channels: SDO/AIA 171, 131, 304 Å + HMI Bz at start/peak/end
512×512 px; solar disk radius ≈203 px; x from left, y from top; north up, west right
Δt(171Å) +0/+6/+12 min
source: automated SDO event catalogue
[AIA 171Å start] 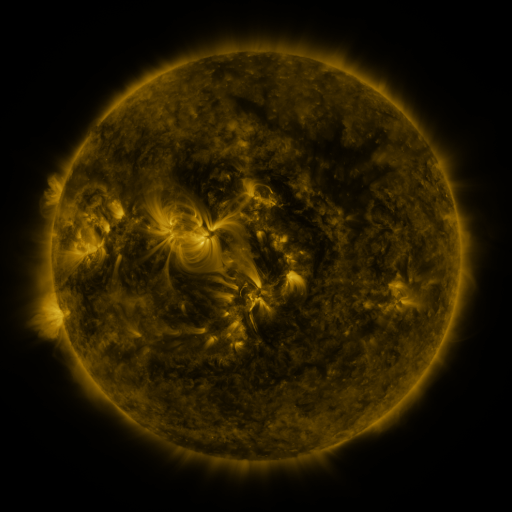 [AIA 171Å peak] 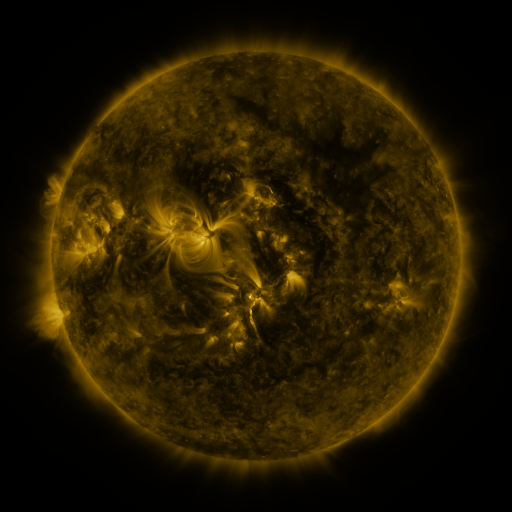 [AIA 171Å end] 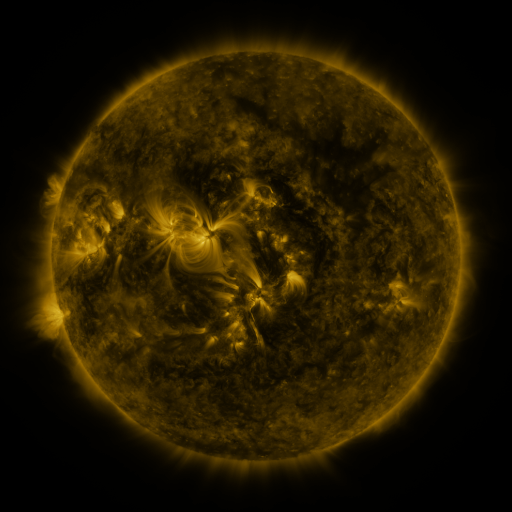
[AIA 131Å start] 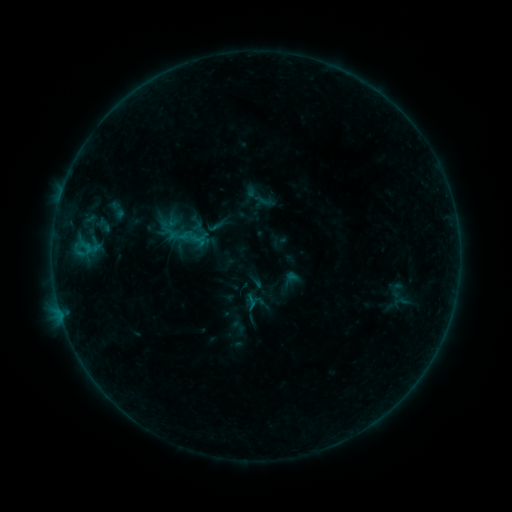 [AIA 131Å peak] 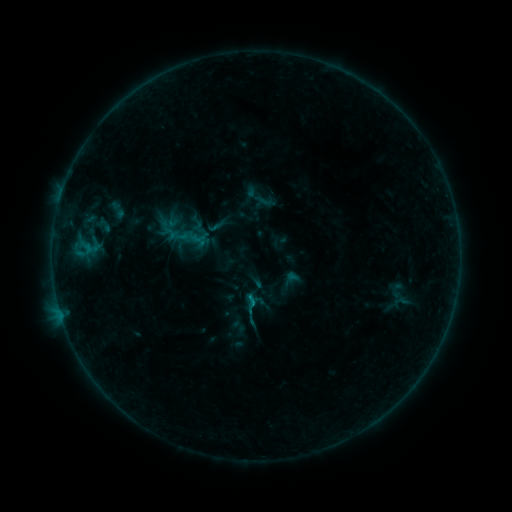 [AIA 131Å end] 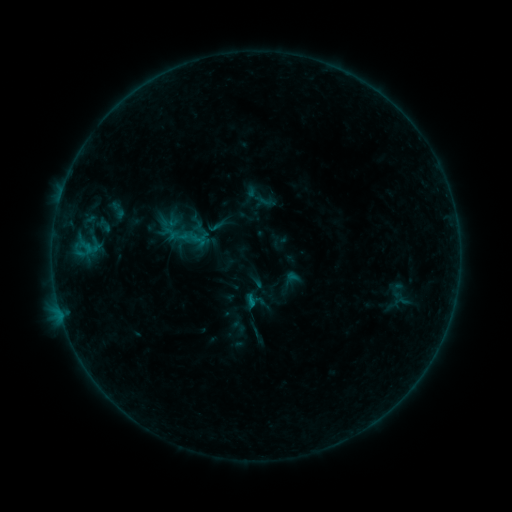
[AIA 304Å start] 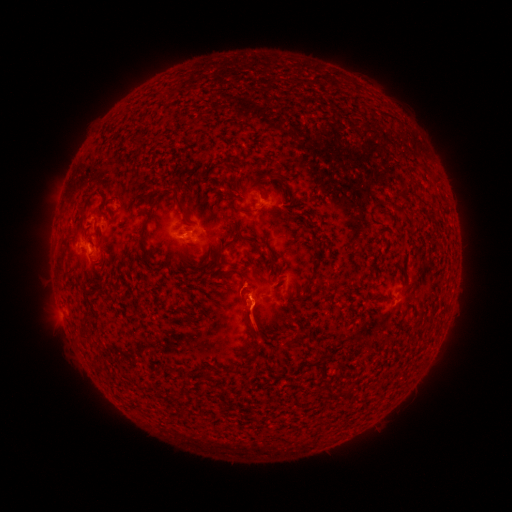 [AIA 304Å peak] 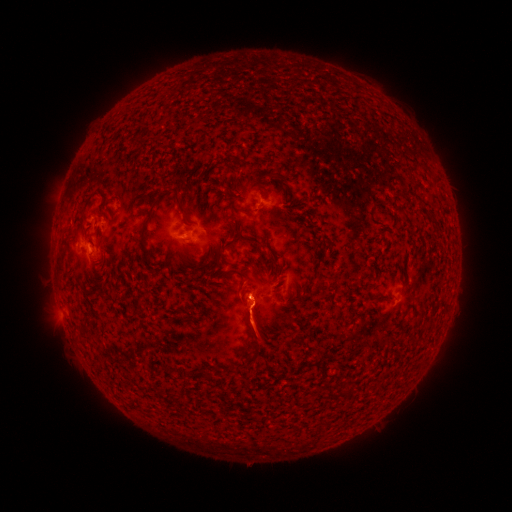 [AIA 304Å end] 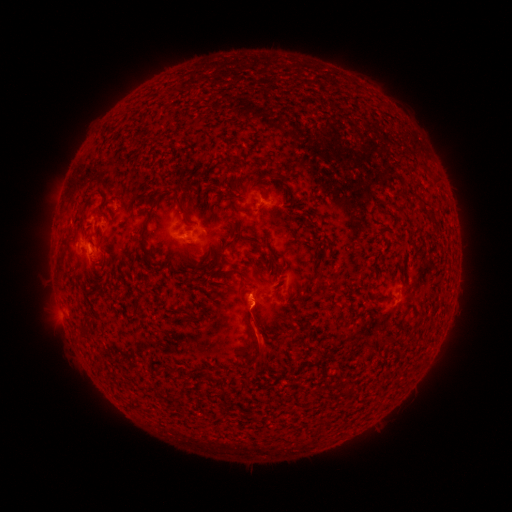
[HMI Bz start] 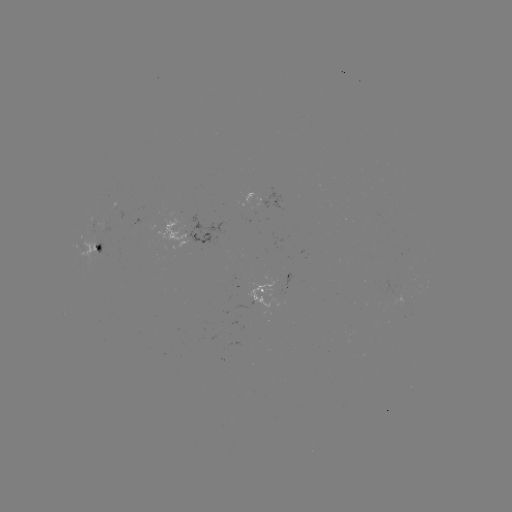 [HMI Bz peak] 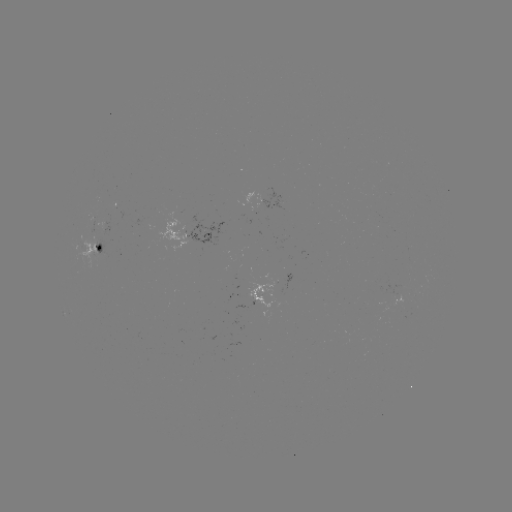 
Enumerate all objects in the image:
B4.3 flare: (252, 302)
